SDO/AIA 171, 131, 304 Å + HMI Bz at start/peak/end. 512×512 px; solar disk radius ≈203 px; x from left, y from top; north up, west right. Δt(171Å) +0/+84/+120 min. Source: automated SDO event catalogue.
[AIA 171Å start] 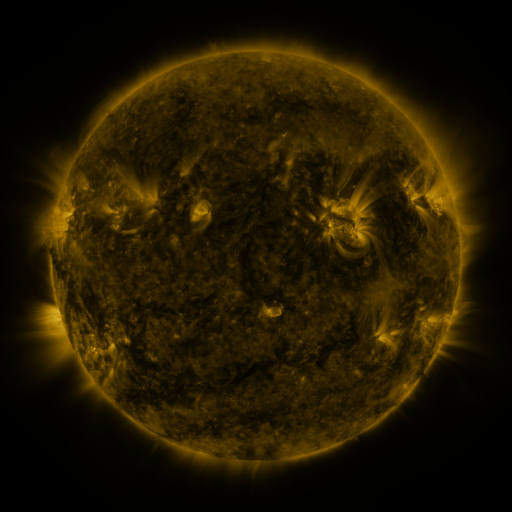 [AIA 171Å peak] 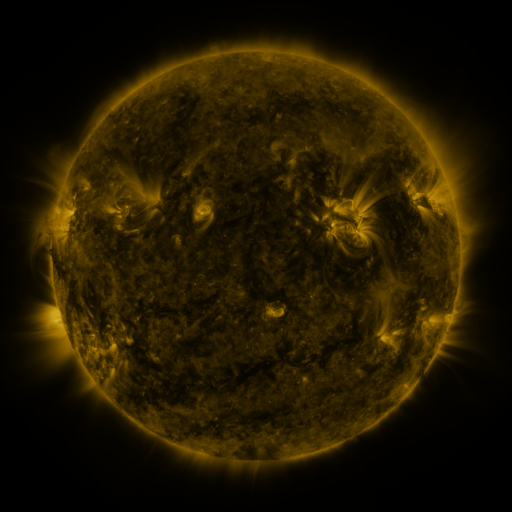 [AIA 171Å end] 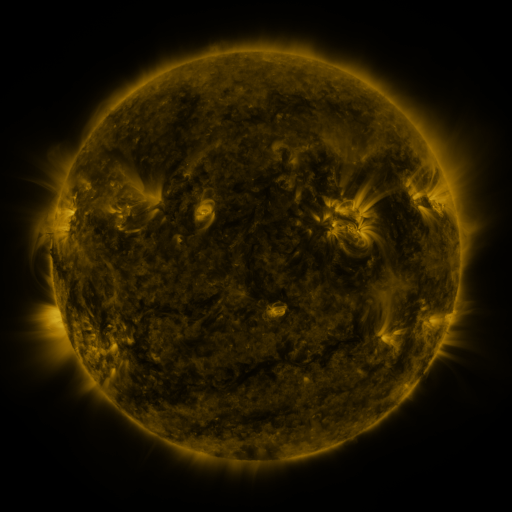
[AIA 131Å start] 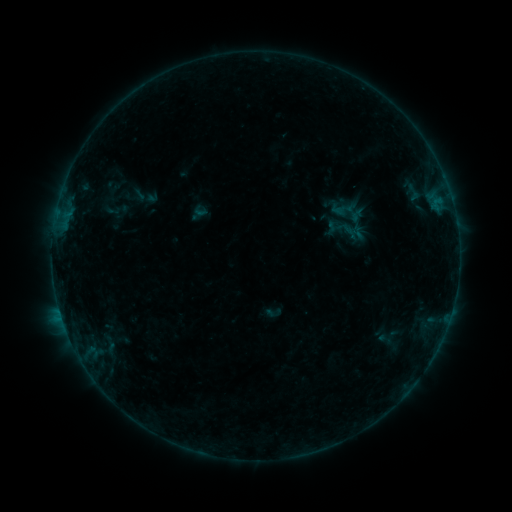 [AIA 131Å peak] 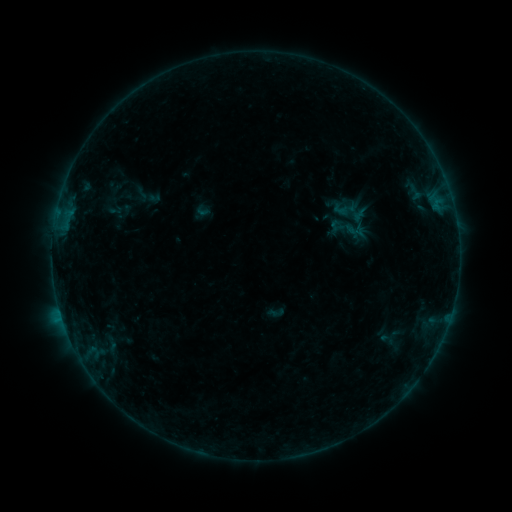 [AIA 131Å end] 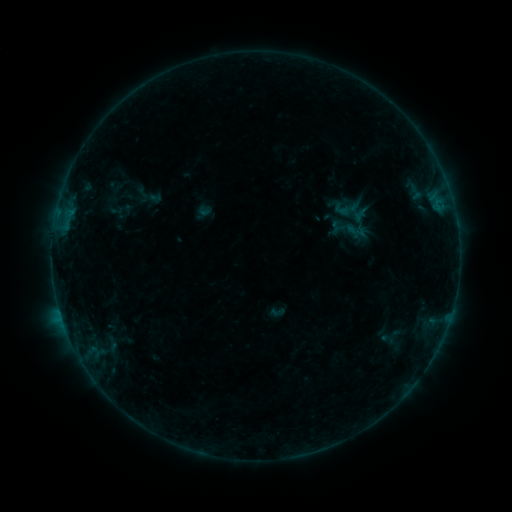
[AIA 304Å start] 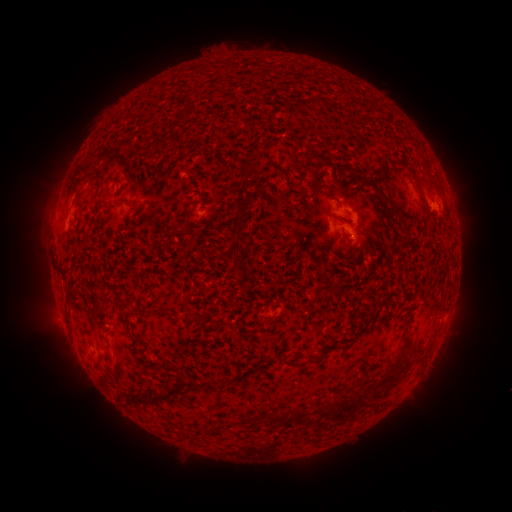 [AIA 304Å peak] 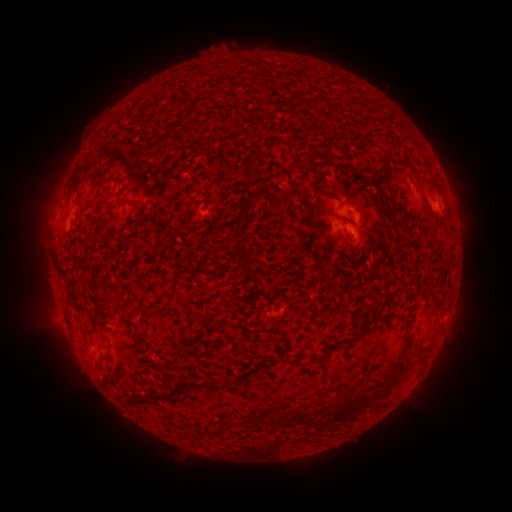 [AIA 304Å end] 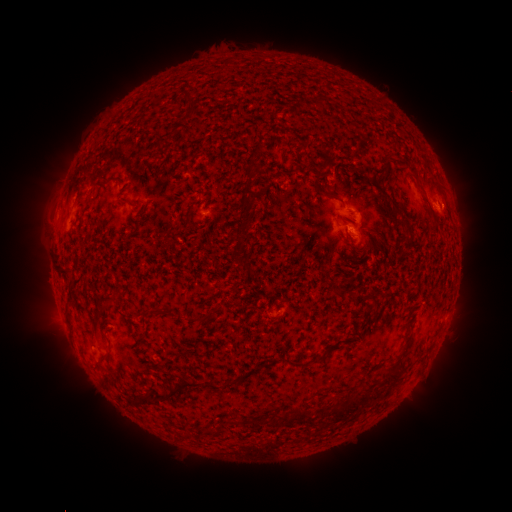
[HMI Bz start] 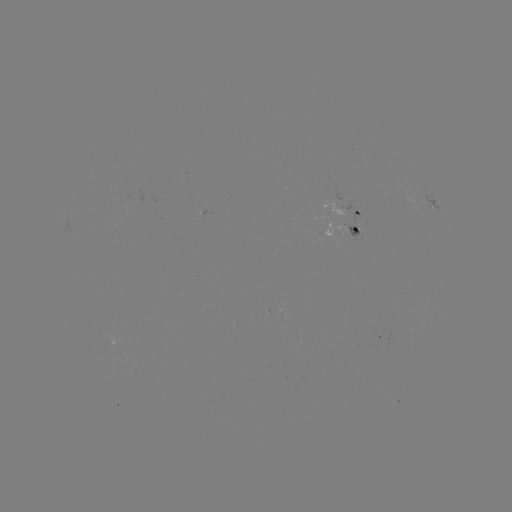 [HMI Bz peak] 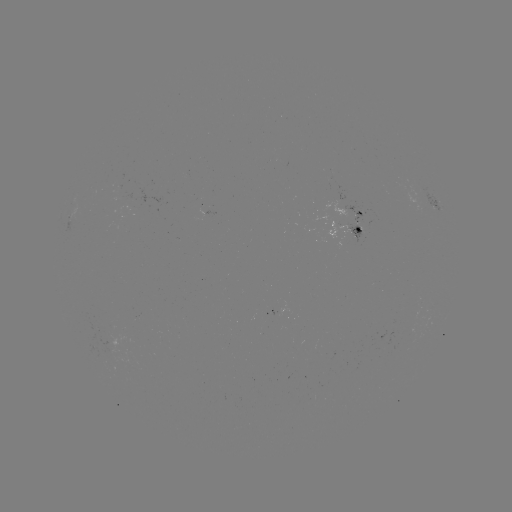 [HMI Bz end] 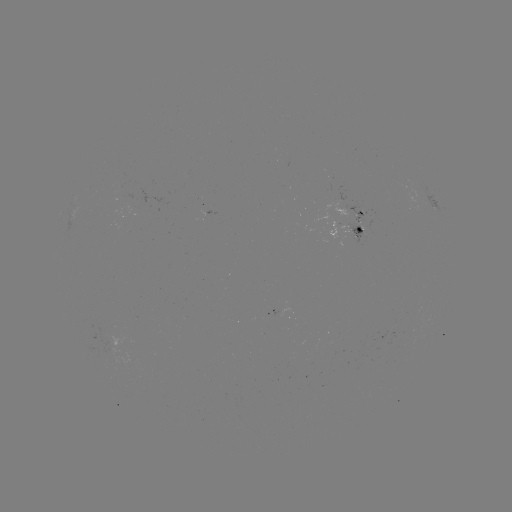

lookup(emerging-flux region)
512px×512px (137, 201)